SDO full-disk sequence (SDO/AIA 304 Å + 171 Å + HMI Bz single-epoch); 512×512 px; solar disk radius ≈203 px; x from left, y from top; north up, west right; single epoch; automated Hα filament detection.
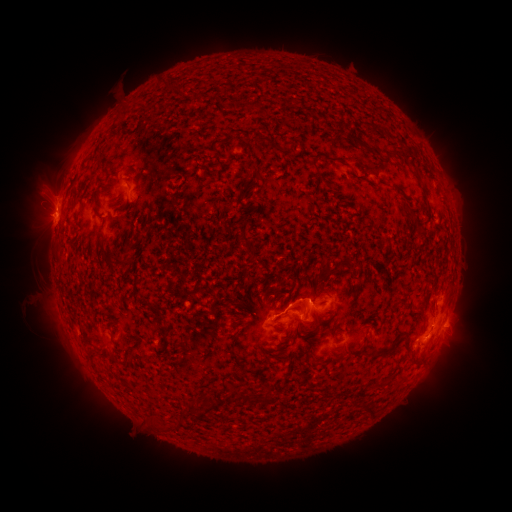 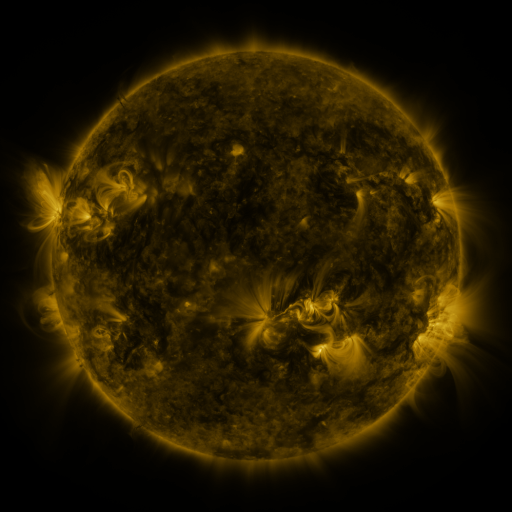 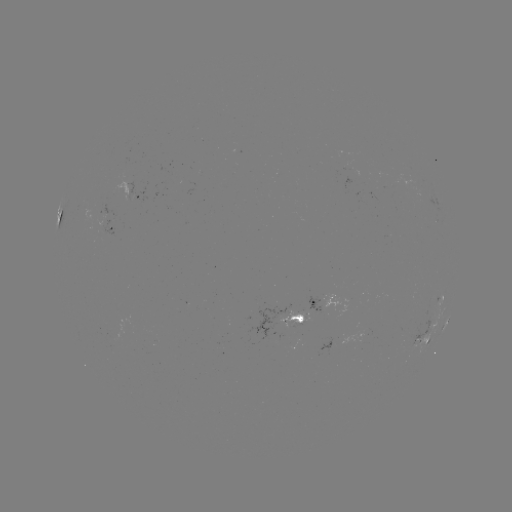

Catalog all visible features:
filament: (262, 139)
filament: (276, 146)
filament: (396, 154)
filament: (340, 161)
filament: (243, 234)
filament: (106, 253)
filament: (313, 329)
filament: (296, 332)
filament: (407, 347)
filament: (380, 355)
